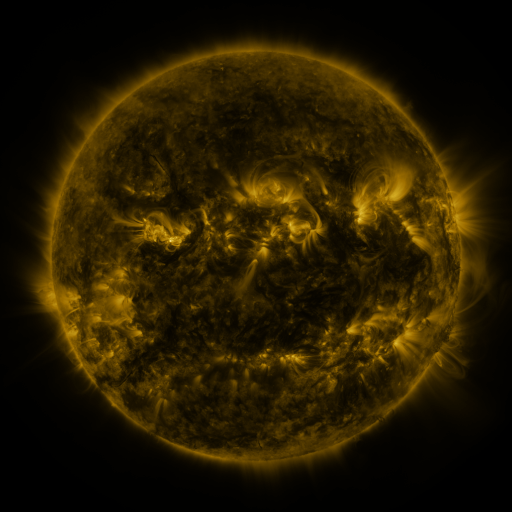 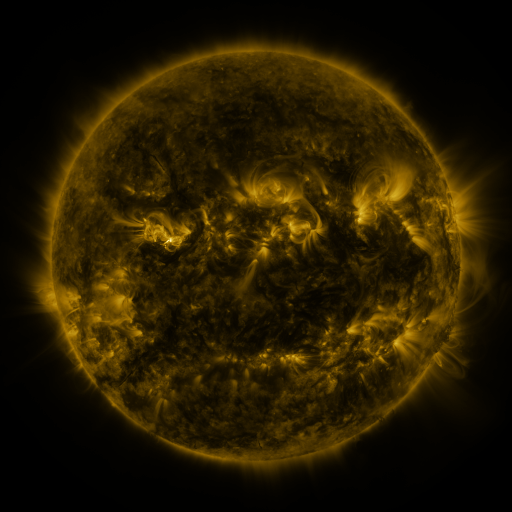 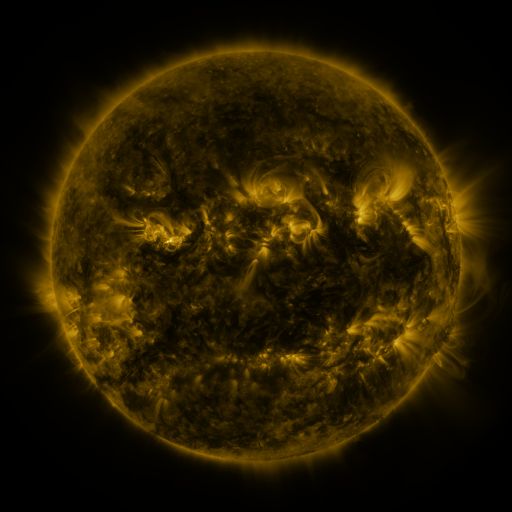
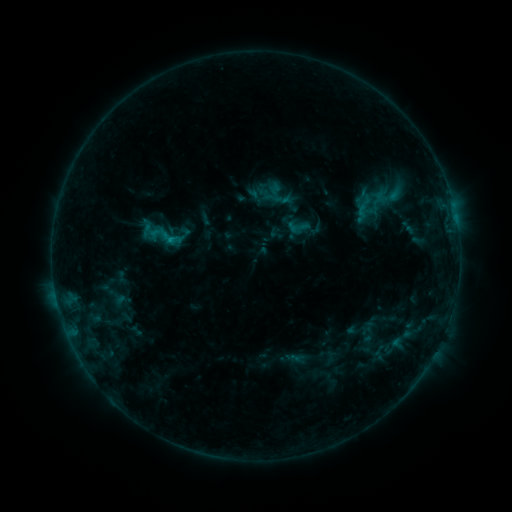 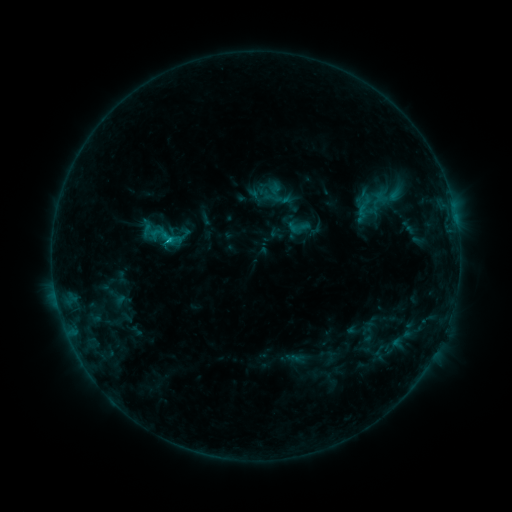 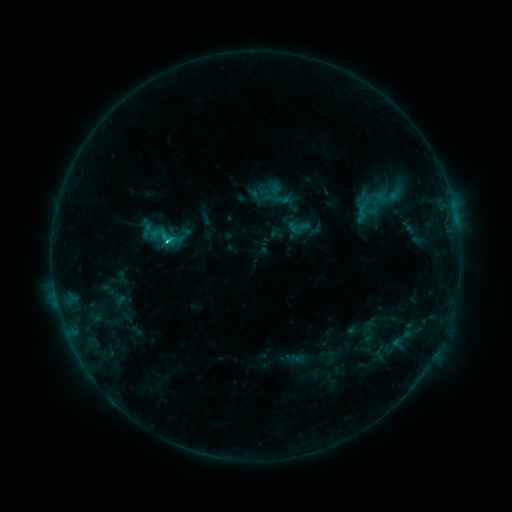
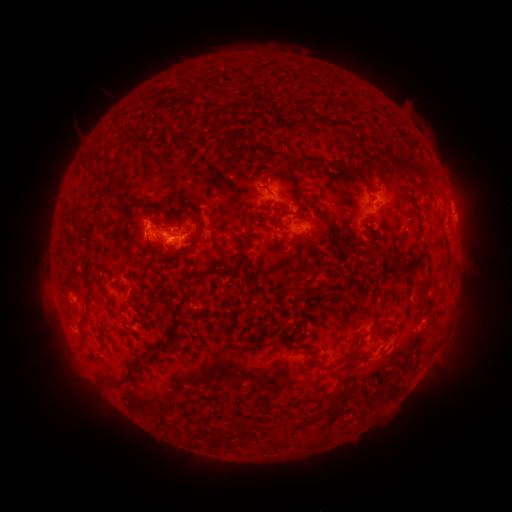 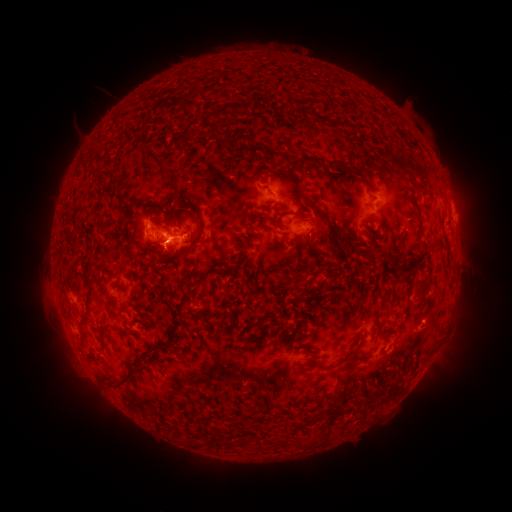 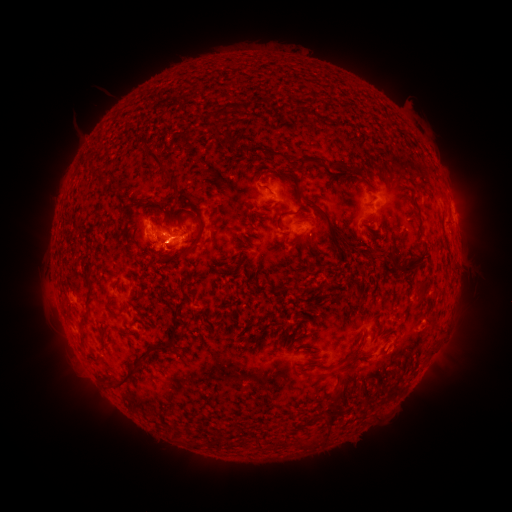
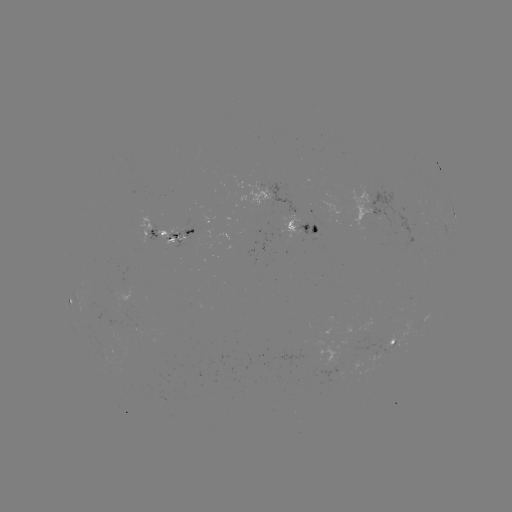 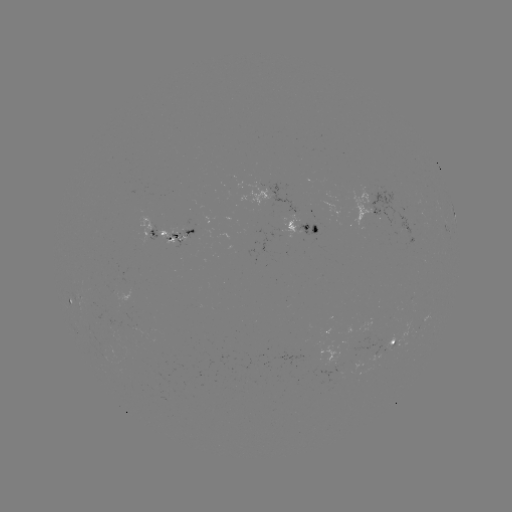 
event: flare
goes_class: C1.3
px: (170, 241)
